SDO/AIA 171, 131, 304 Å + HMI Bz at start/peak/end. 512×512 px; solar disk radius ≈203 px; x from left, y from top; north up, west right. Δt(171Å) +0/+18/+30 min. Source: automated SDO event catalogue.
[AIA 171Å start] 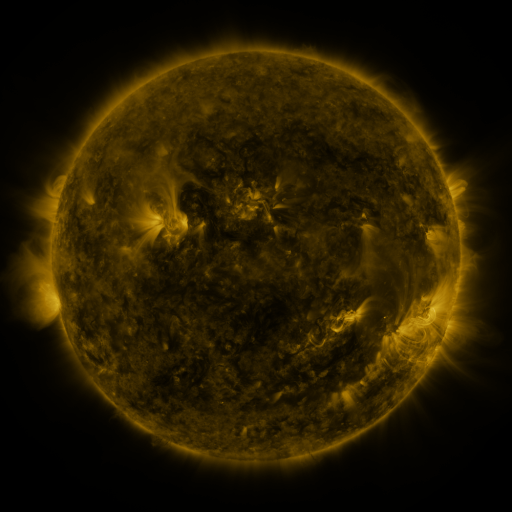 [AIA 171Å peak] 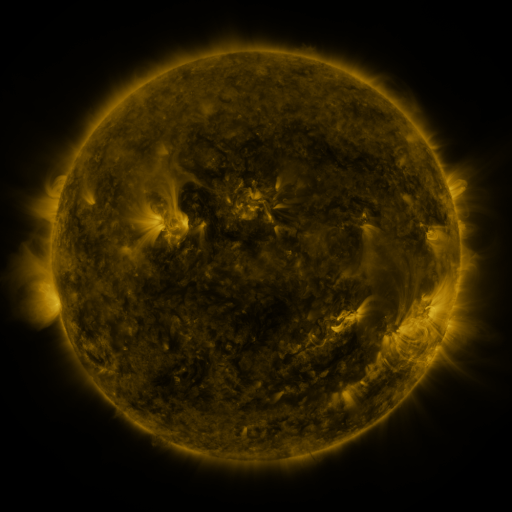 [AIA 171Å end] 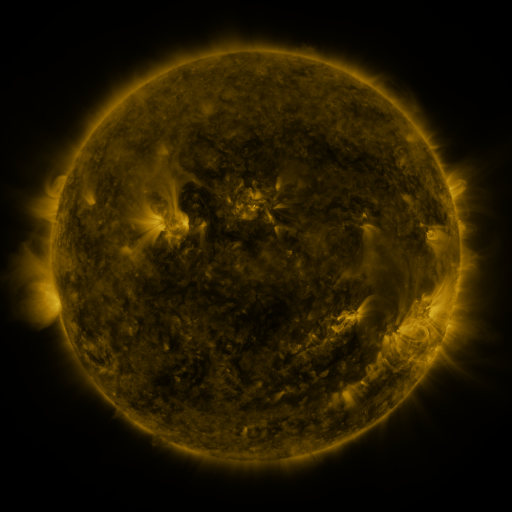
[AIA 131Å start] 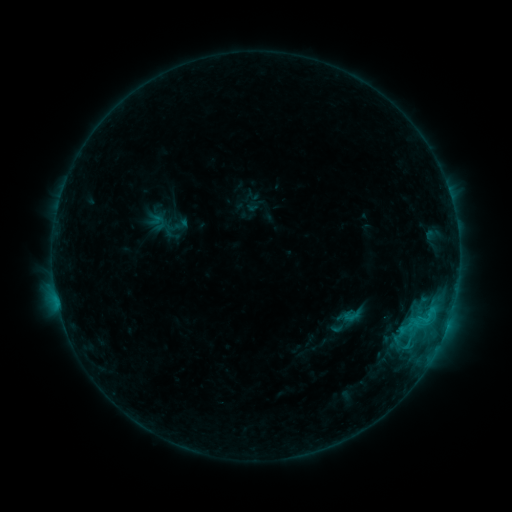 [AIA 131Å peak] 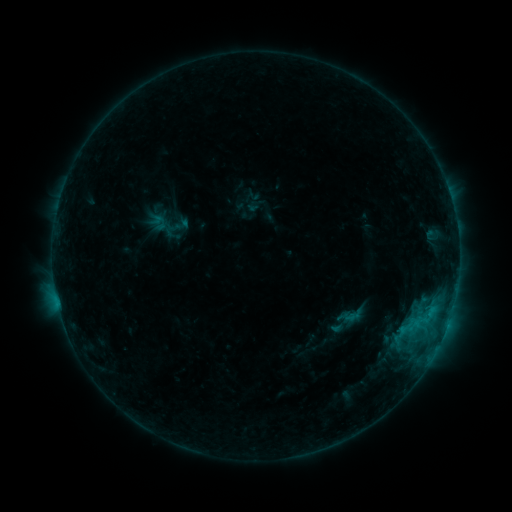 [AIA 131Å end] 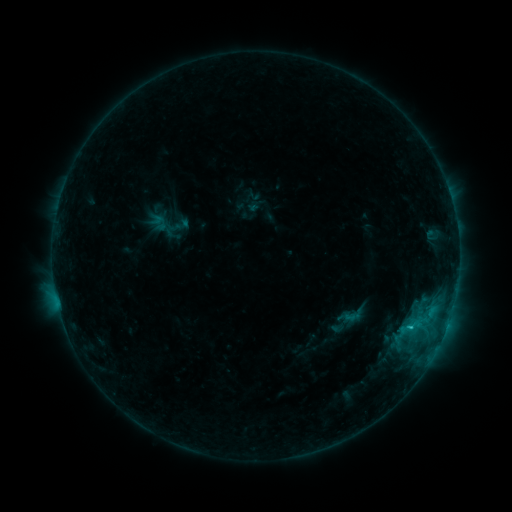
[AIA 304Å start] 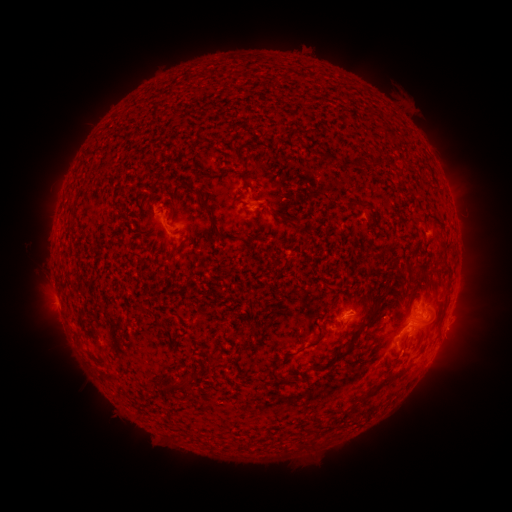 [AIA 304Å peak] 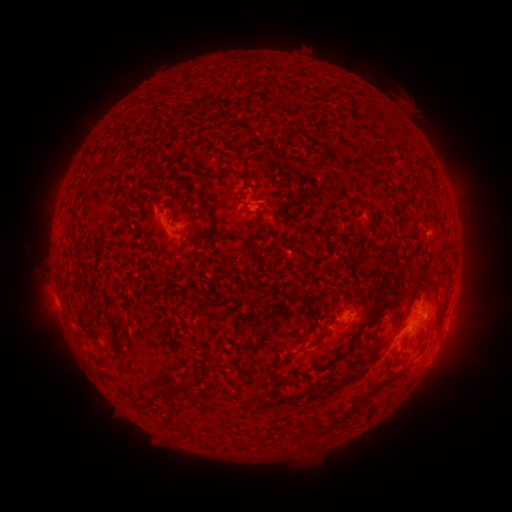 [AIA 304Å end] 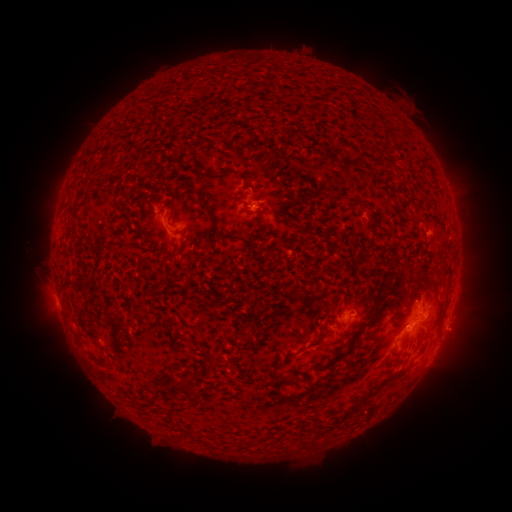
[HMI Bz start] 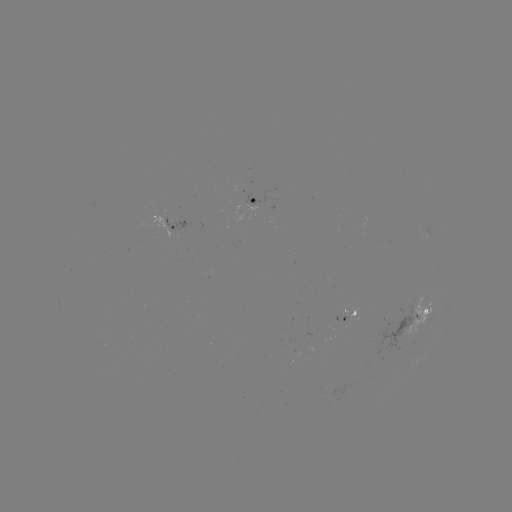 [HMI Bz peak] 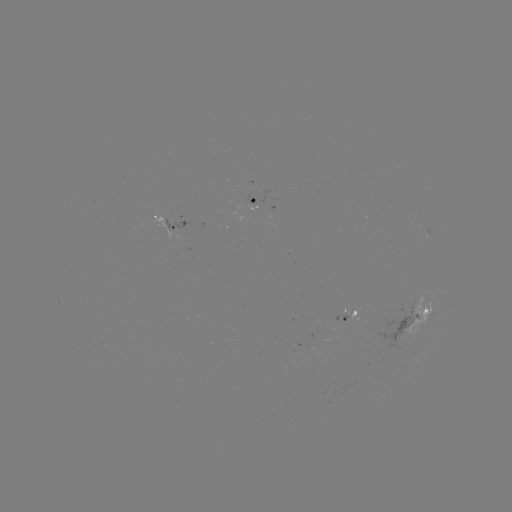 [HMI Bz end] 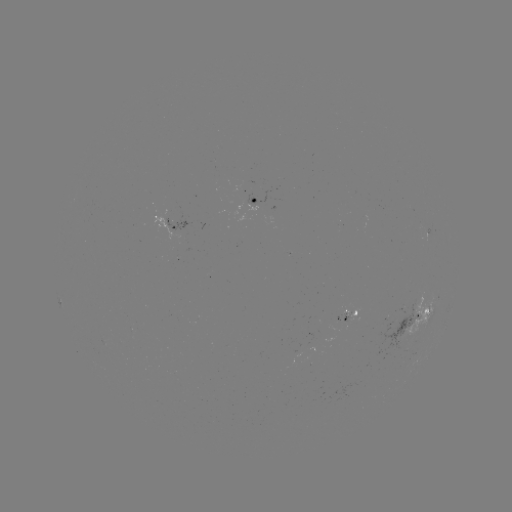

no flare in any classed list; no EUV-trigger detection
